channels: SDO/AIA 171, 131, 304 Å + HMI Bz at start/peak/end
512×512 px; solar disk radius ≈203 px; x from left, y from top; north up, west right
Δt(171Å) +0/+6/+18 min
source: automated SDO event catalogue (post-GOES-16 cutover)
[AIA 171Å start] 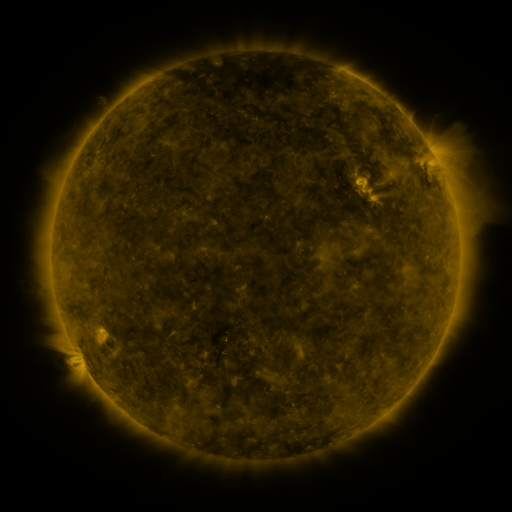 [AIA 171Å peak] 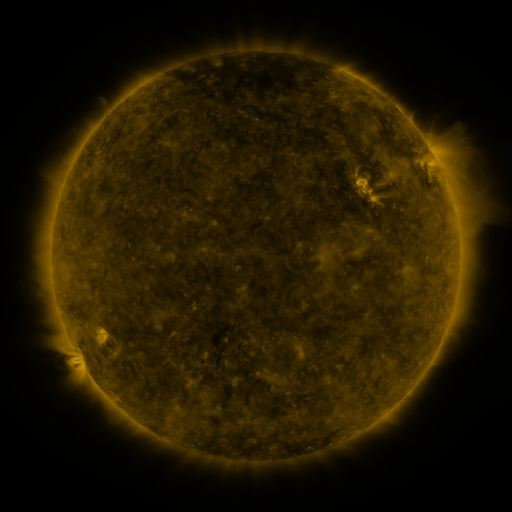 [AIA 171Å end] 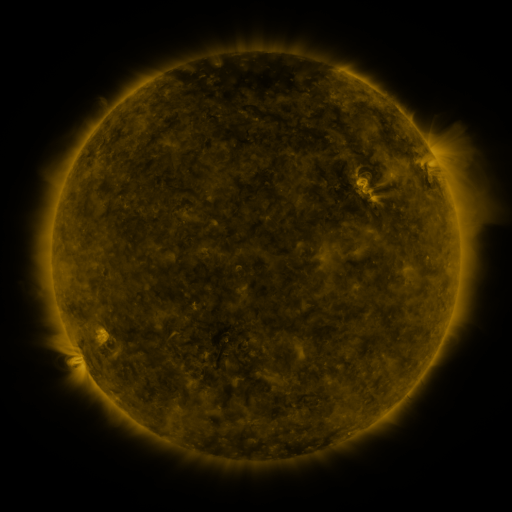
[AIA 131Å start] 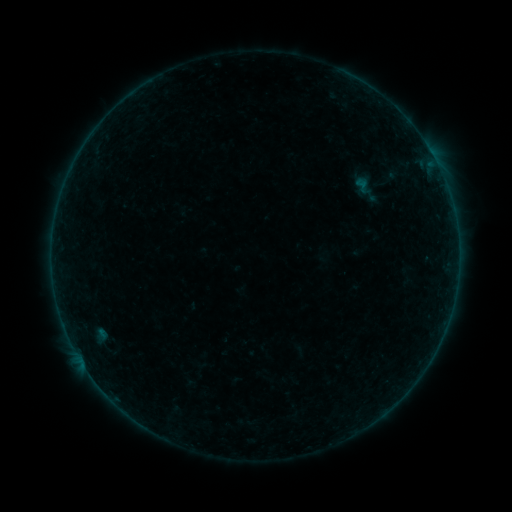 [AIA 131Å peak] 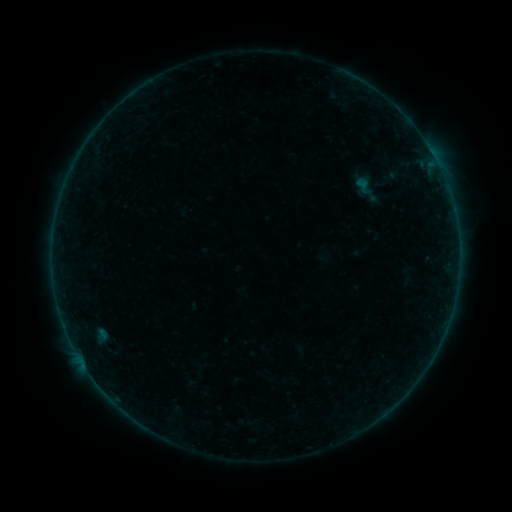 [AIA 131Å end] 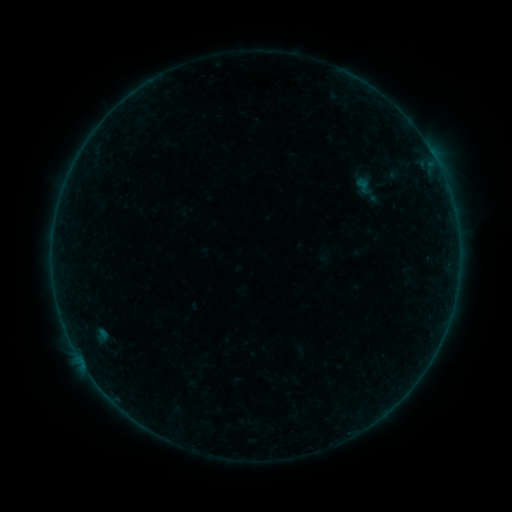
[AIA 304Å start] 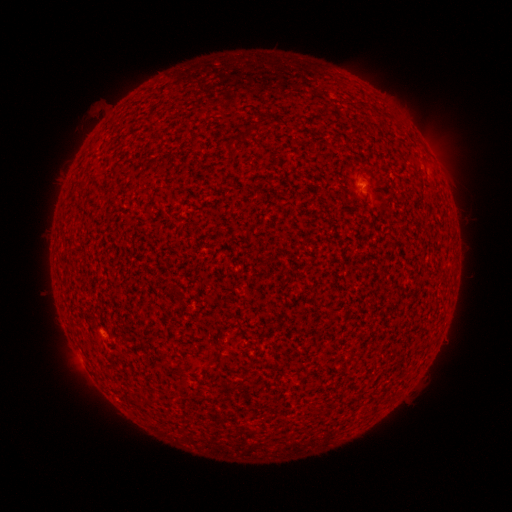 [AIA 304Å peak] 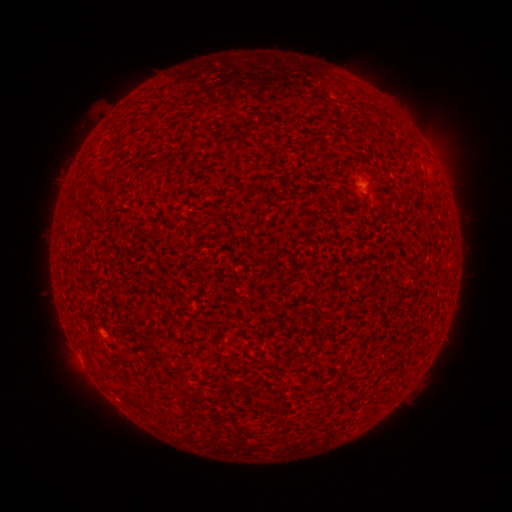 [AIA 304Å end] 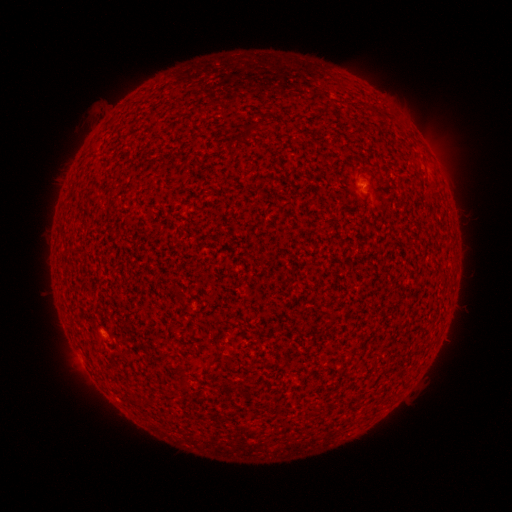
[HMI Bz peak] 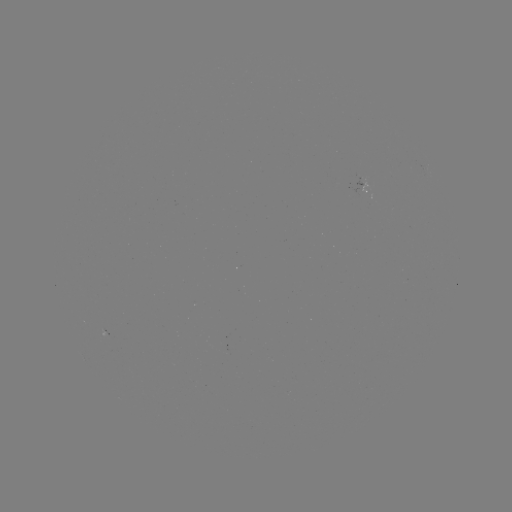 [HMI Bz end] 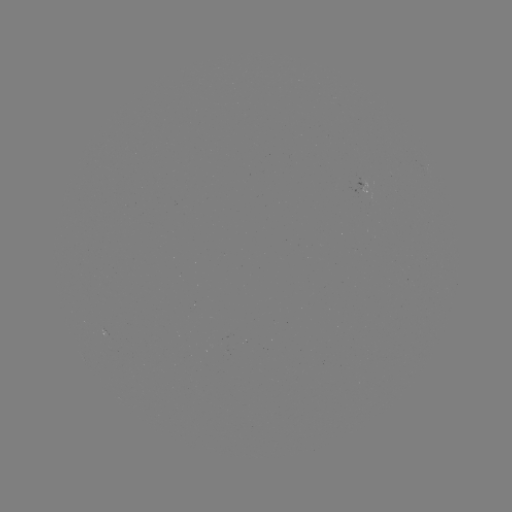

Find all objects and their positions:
A4.0 flare: (363, 184)
